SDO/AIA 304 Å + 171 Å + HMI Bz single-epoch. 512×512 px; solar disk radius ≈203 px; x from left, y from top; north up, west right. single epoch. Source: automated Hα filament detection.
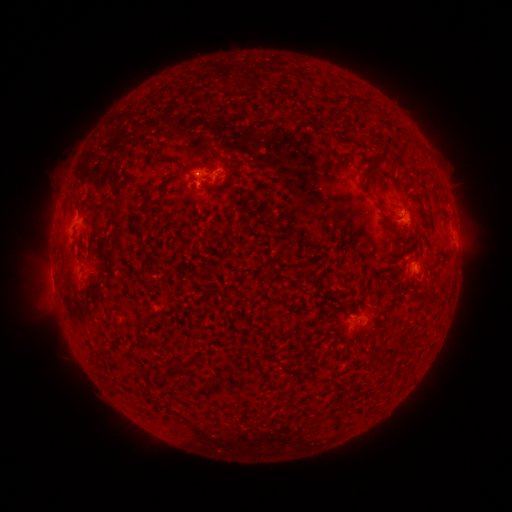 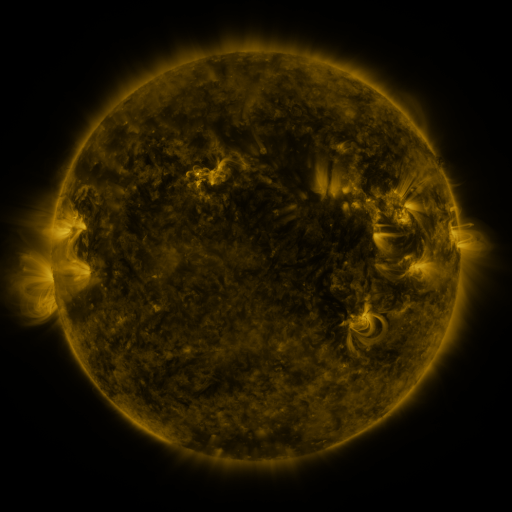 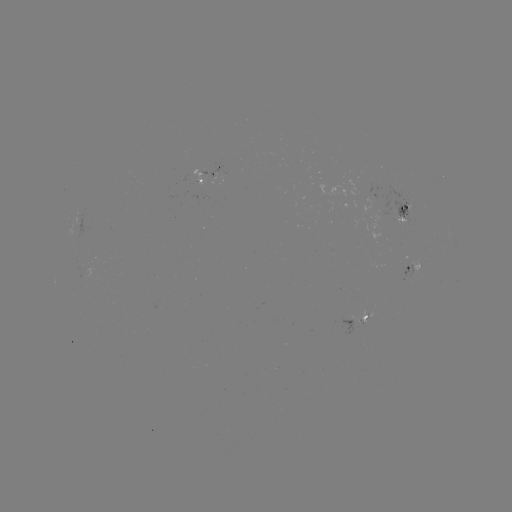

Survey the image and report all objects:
filament: <bbox>366, 136, 381, 147</bbox>
filament: <bbox>379, 154, 401, 169</bbox>
filament: <bbox>151, 158, 164, 170</bbox>
filament: <bbox>86, 196, 105, 214</bbox>
filament: <bbox>127, 201, 135, 209</bbox>
filament: <bbox>91, 217, 100, 233</bbox>
filament: <bbox>64, 264, 81, 294</bbox>
filament: <bbox>342, 298, 353, 314</bbox>
filament: <bbox>366, 353, 386, 366</bbox>
filament: <bbox>165, 362, 182, 372</bbox>
